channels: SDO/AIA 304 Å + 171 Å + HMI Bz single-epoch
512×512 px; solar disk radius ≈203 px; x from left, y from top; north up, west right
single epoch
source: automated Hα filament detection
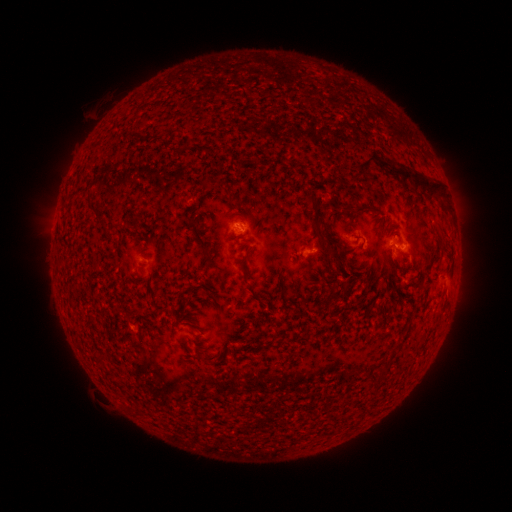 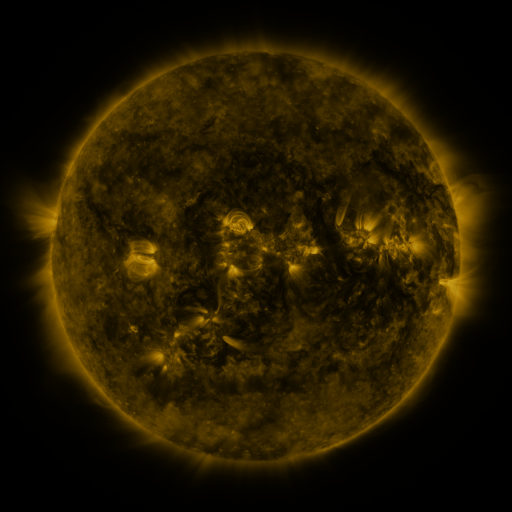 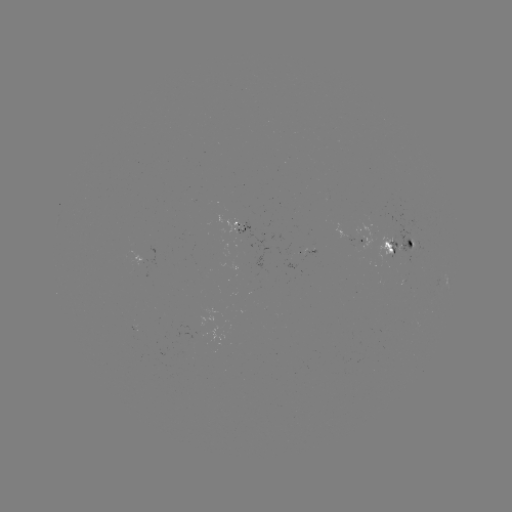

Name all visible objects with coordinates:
filament: (364, 154, 375, 165)
filament: (387, 163, 402, 175)
filament: (412, 171, 423, 189)
filament: (420, 177, 430, 192)
filament: (188, 216, 197, 224)
filament: (438, 224, 448, 246)
filament: (350, 243, 362, 251)
filament: (246, 283, 258, 298)
